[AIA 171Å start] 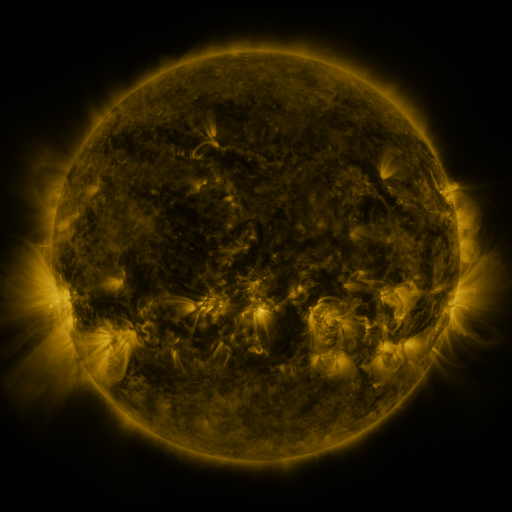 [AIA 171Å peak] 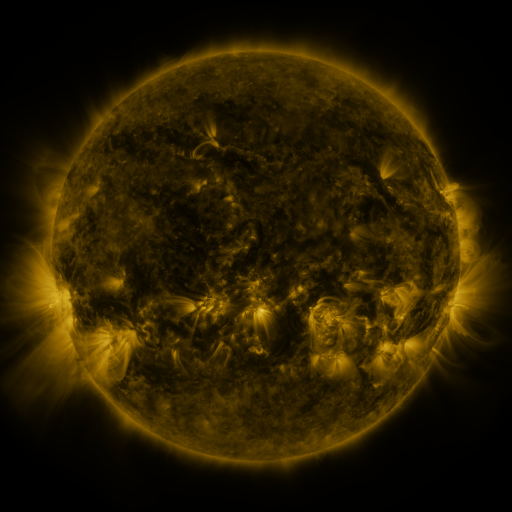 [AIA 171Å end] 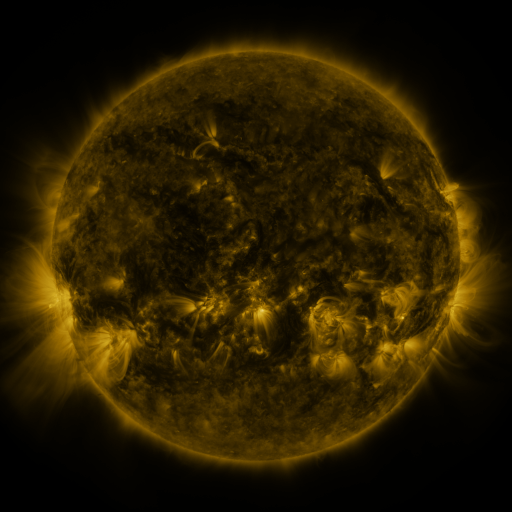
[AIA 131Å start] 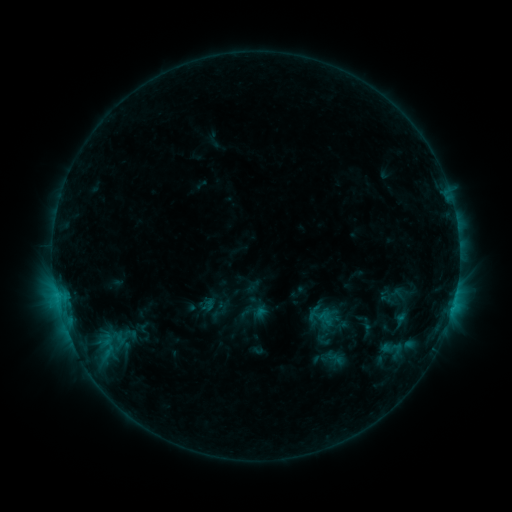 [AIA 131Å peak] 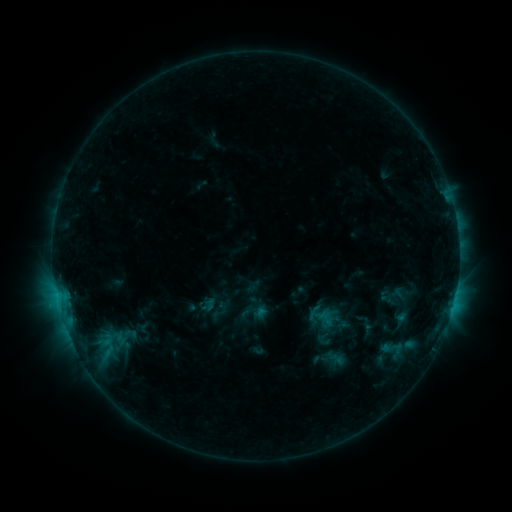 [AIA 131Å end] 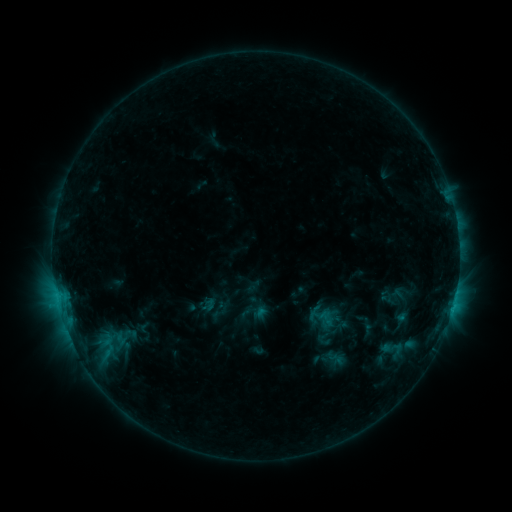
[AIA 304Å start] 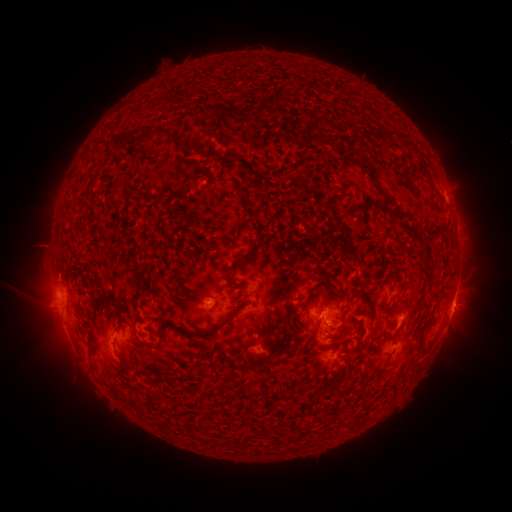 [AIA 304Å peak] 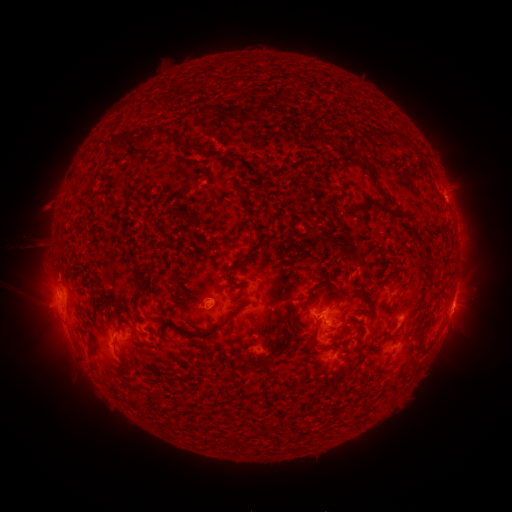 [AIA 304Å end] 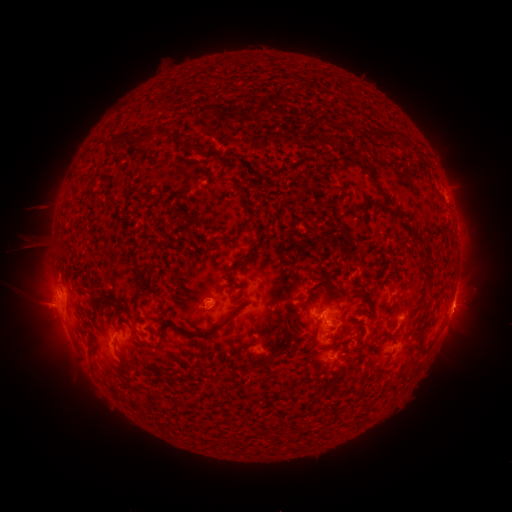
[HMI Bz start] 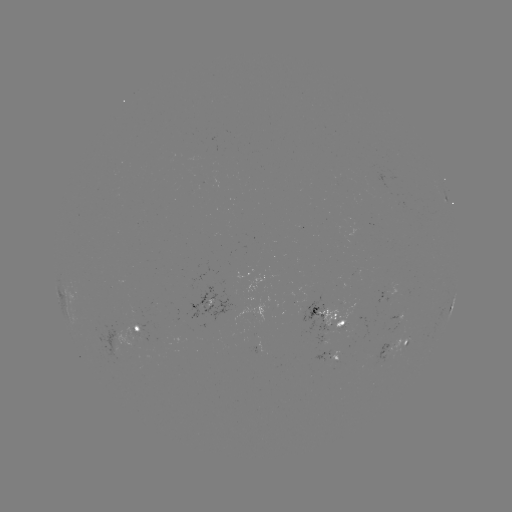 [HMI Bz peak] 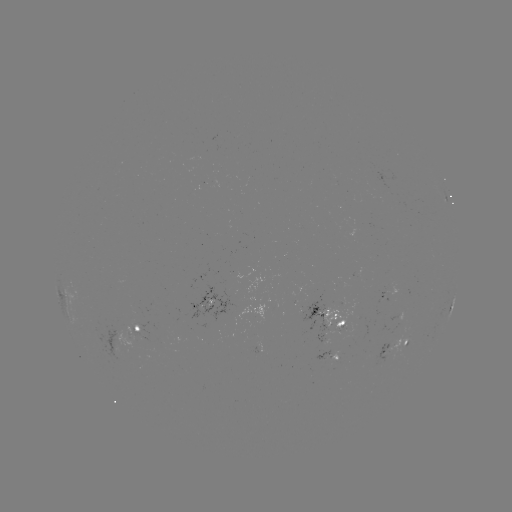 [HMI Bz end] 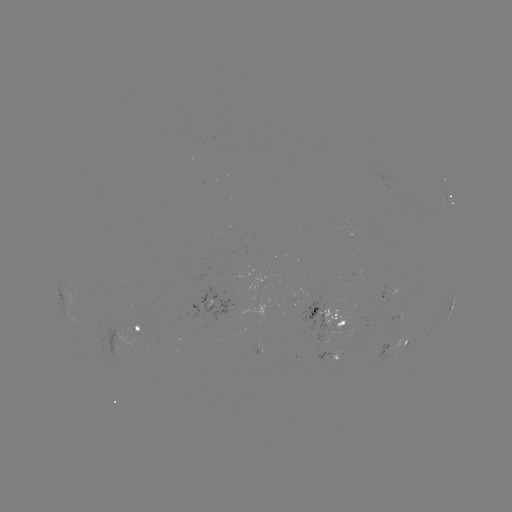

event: eruption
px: (41, 218)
